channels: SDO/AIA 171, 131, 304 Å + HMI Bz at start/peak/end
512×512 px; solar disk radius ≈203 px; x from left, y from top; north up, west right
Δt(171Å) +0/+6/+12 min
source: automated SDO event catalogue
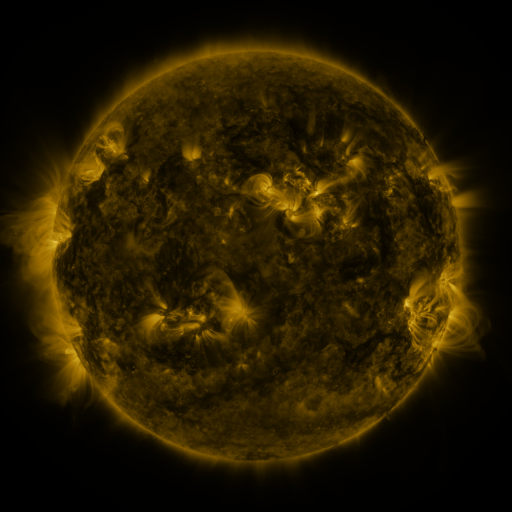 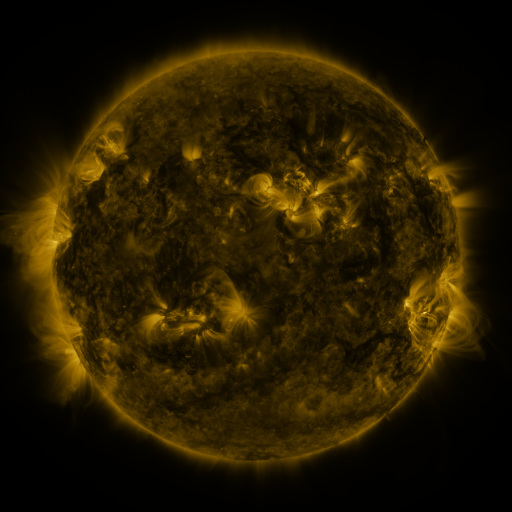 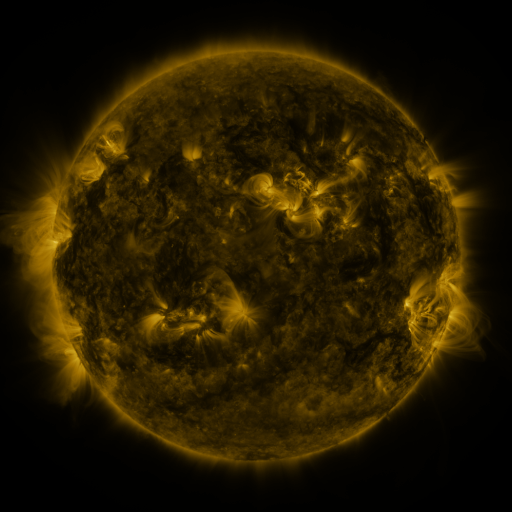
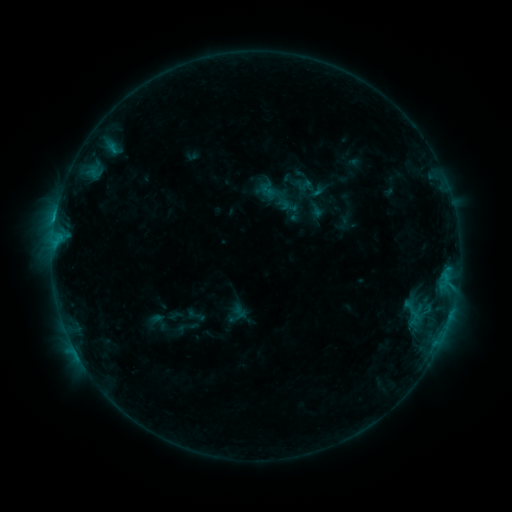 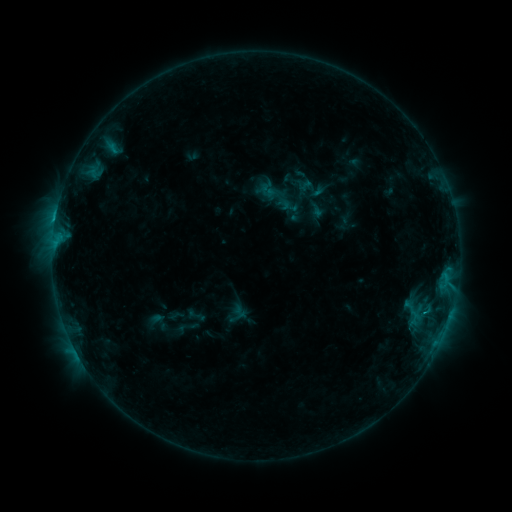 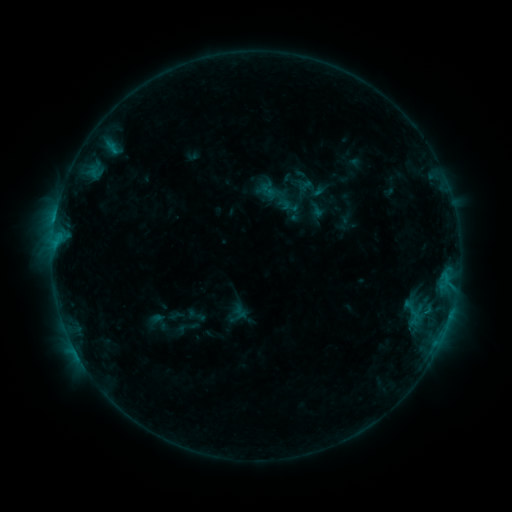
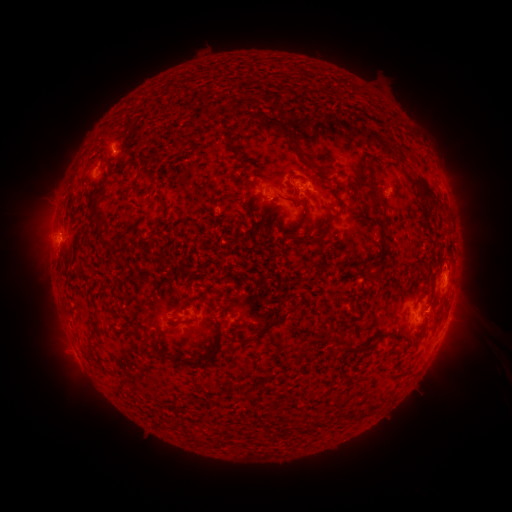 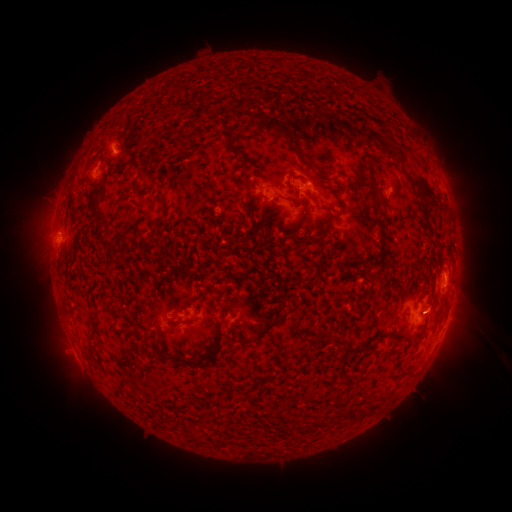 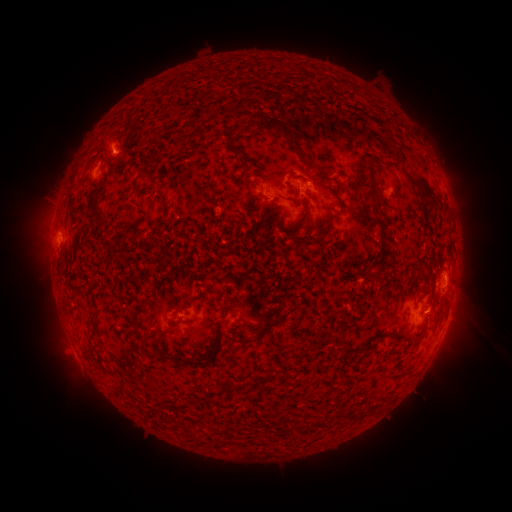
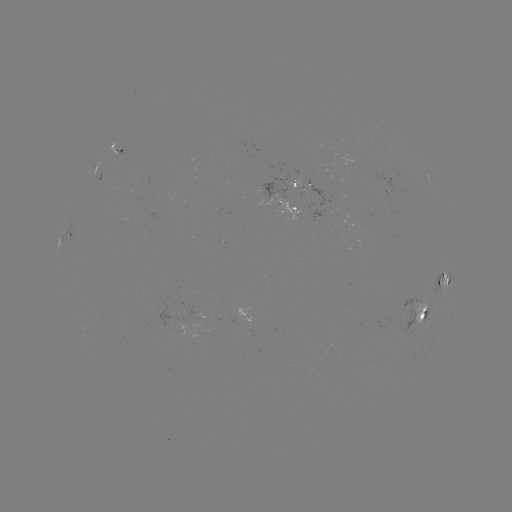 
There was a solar eruption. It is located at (431, 311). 